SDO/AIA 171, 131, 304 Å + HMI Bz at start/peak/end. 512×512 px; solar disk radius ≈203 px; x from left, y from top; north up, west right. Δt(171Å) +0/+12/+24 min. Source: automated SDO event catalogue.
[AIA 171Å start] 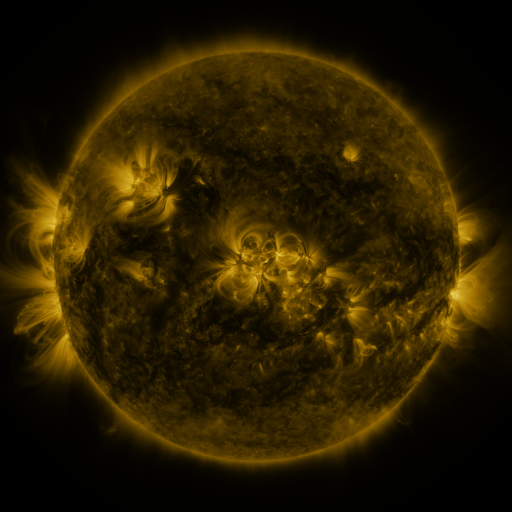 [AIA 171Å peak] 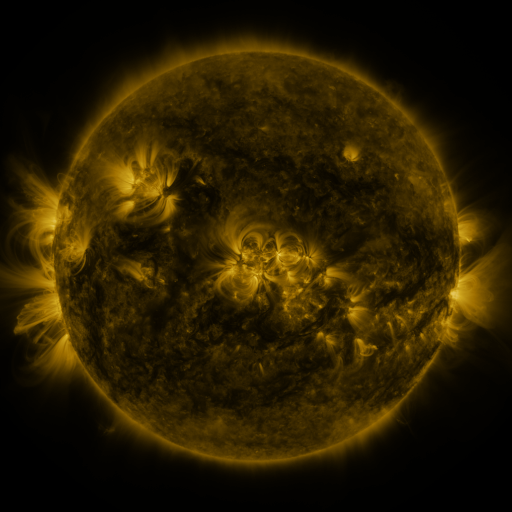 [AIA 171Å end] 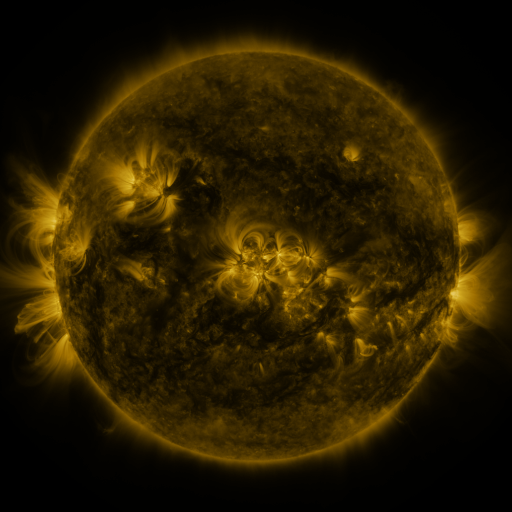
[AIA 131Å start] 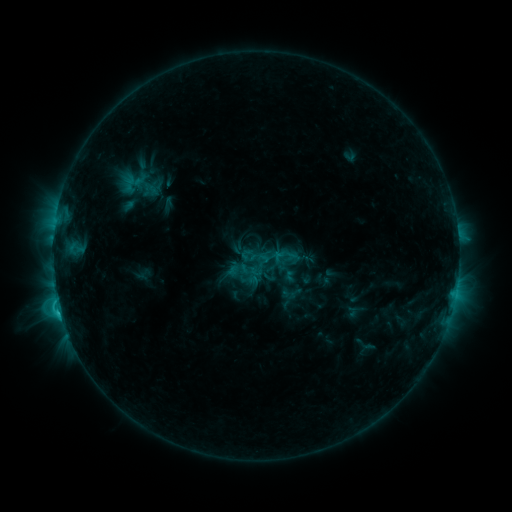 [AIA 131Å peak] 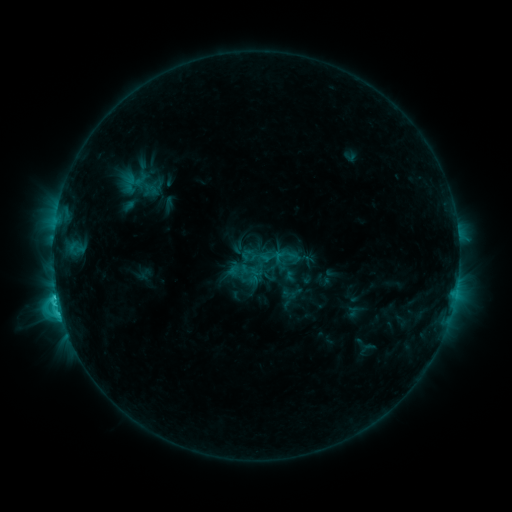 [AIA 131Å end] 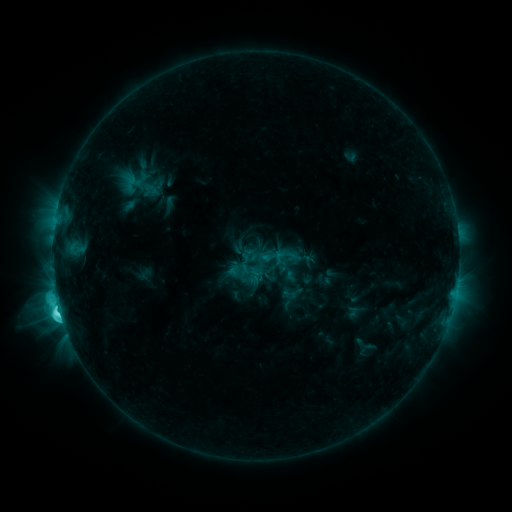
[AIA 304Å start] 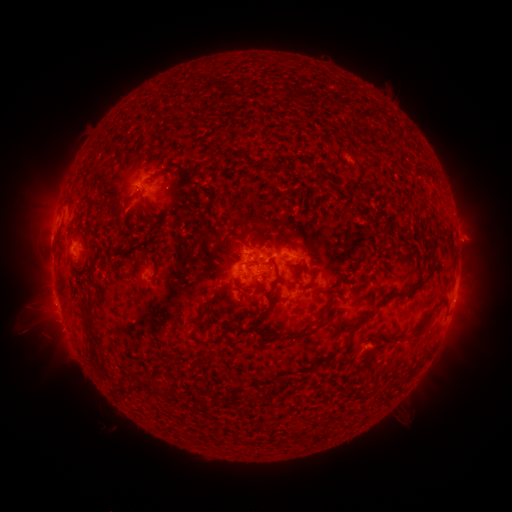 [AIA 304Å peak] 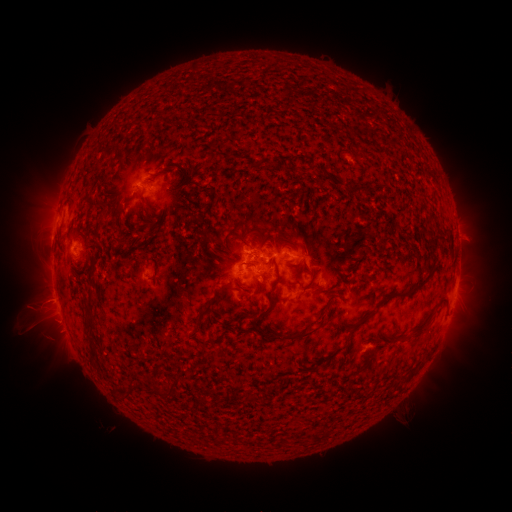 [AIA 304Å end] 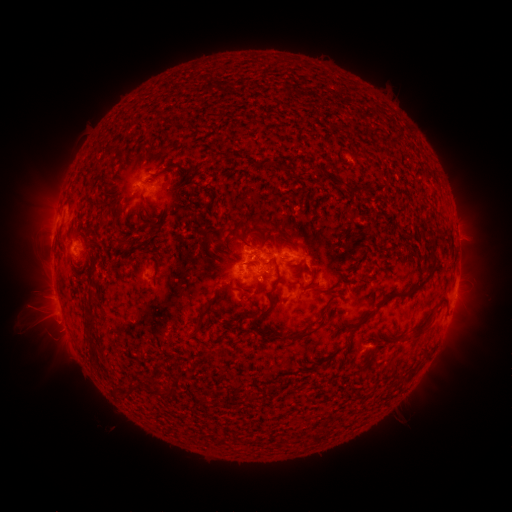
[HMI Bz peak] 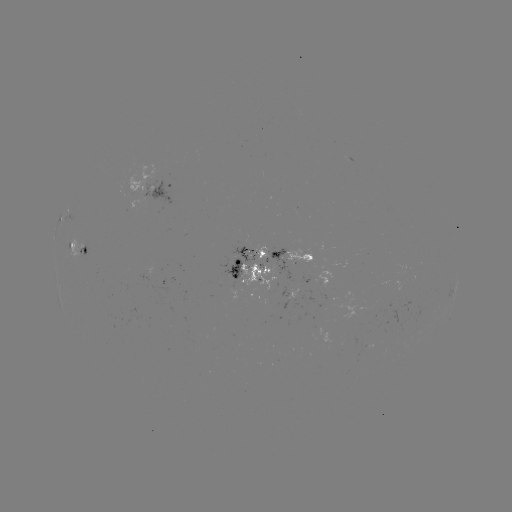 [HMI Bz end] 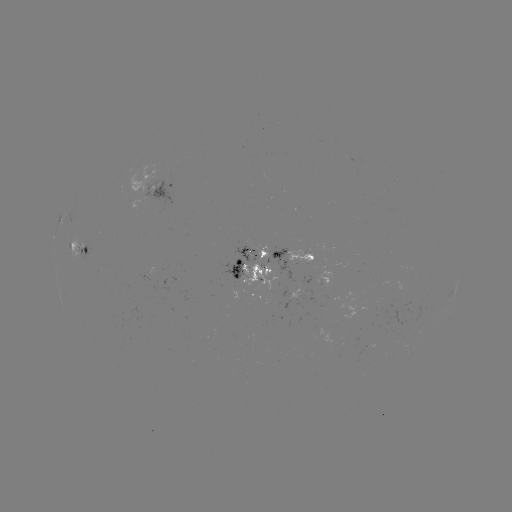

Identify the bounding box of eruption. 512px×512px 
[17, 278, 74, 328].